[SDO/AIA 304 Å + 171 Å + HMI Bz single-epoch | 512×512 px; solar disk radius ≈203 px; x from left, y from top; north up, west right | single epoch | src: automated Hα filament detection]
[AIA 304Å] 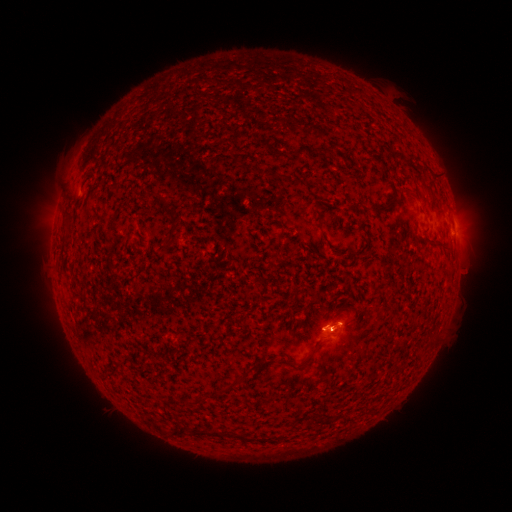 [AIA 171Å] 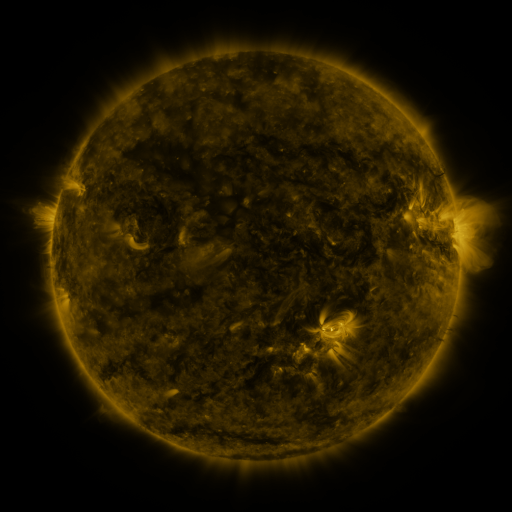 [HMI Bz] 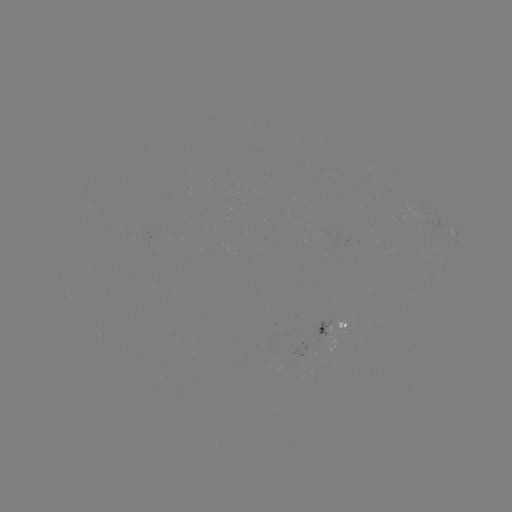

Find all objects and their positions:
filament: (300, 150)
filament: (267, 171)
filament: (385, 206)
filament: (319, 213)
filament: (172, 215)
filament: (441, 243)
filament: (306, 364)
filament: (234, 384)
filament: (204, 432)
filament: (244, 437)
